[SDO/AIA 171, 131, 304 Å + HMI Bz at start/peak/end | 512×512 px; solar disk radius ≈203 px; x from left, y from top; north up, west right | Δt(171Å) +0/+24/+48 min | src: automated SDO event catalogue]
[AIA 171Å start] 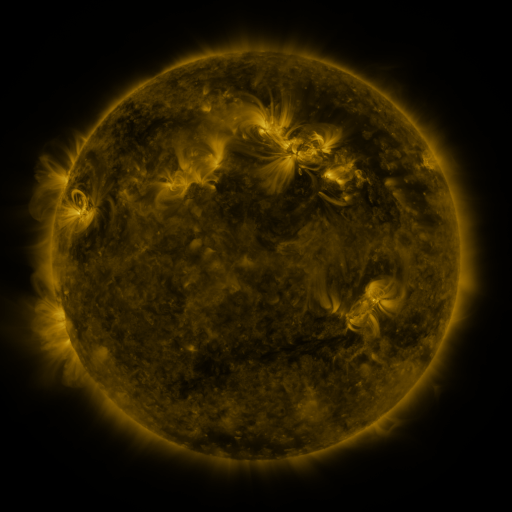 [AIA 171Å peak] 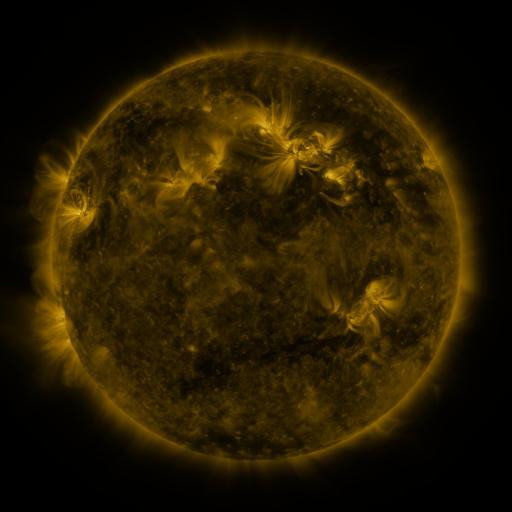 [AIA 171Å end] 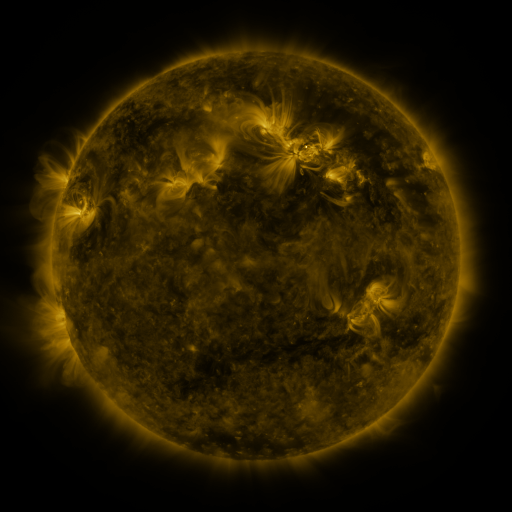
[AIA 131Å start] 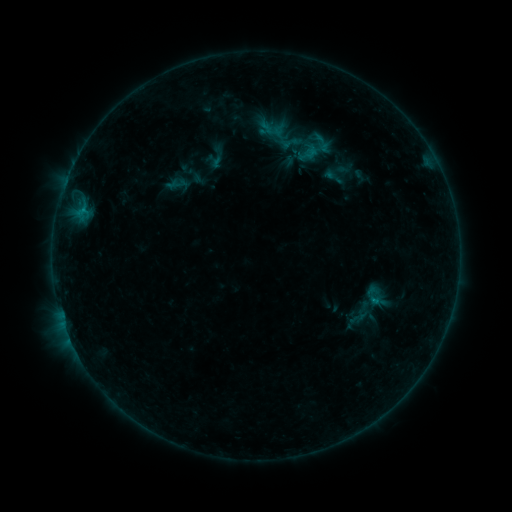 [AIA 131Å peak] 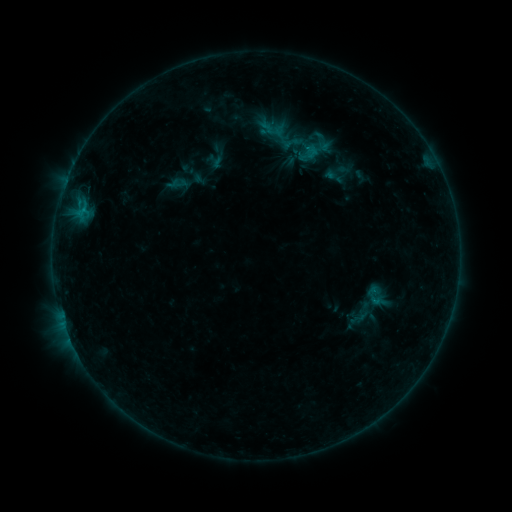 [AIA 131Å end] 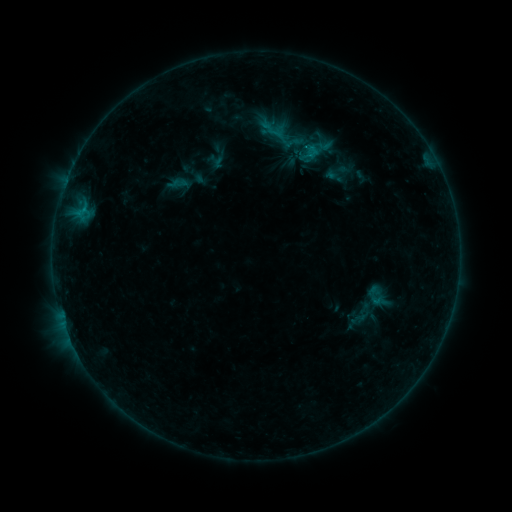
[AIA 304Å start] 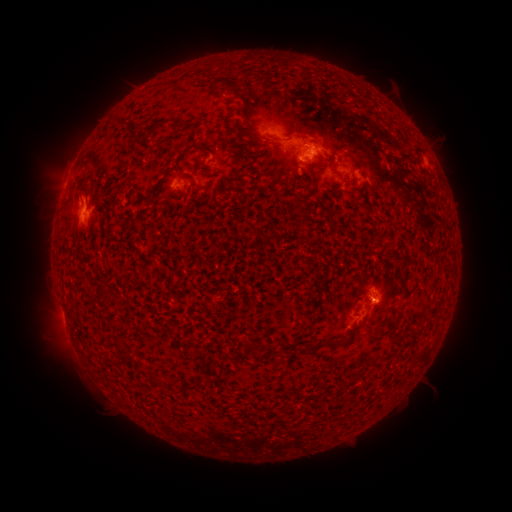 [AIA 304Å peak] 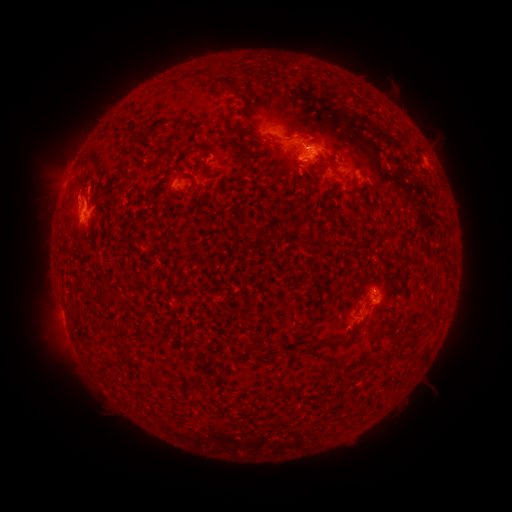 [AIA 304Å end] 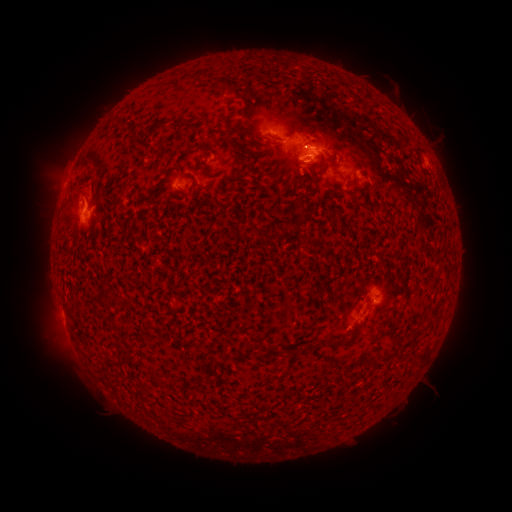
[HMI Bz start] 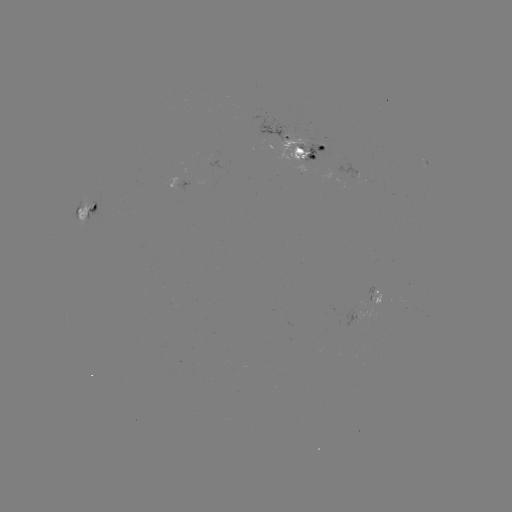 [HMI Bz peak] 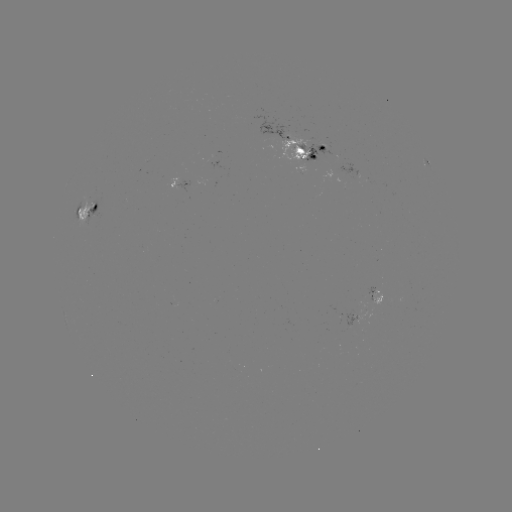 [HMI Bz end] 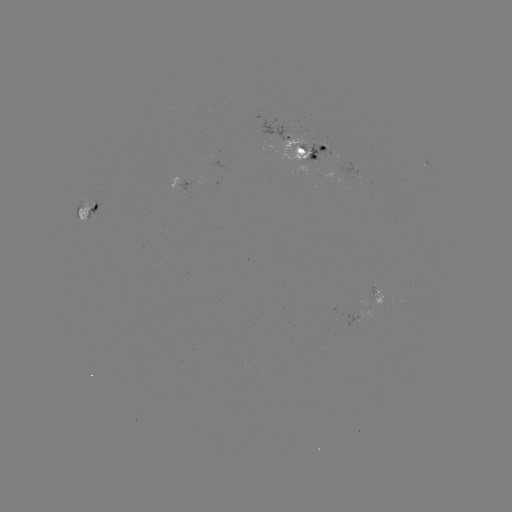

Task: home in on emerging-flux region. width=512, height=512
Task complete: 299,146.